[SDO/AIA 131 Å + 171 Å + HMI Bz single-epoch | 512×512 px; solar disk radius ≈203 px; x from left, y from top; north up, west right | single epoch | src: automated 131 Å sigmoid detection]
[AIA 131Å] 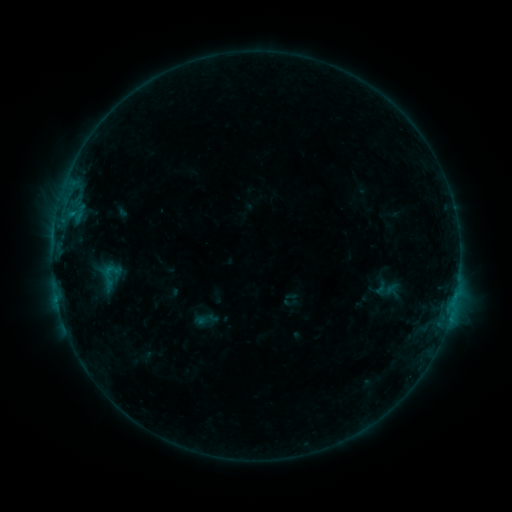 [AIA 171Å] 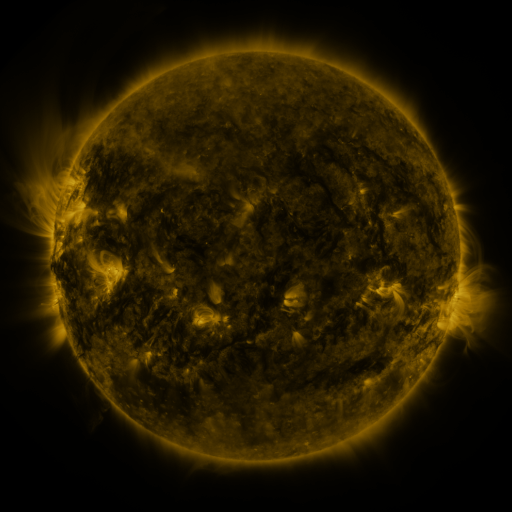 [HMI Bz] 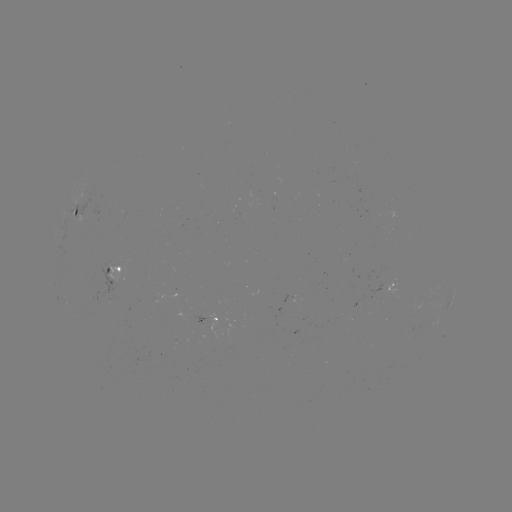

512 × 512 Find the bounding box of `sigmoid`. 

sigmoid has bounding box [91, 259, 131, 294].